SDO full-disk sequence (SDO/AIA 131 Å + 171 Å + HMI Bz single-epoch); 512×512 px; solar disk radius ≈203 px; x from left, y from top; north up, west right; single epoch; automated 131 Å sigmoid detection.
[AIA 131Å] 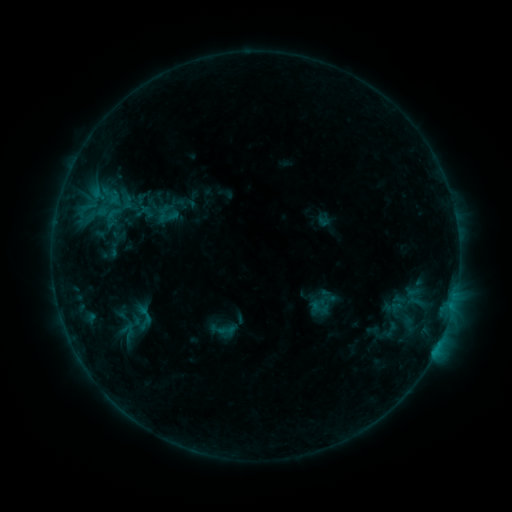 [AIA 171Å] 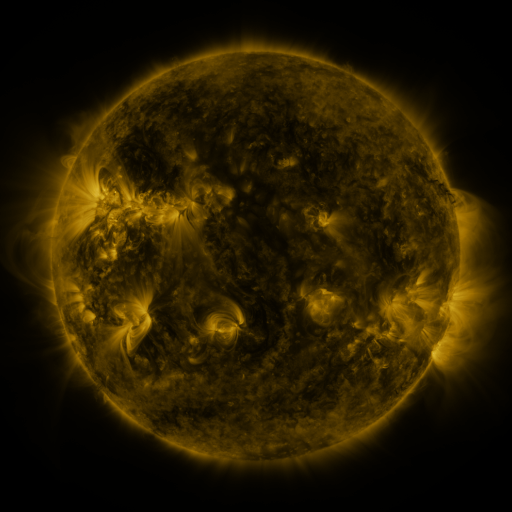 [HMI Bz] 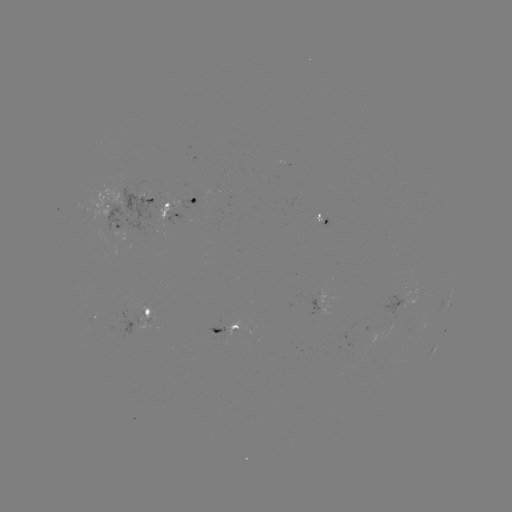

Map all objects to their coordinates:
sigmoid: <bbox>96, 190, 140, 234</bbox>
sigmoid: <bbox>156, 202, 180, 226</bbox>
sigmoid: <bbox>216, 320, 238, 340</bbox>
